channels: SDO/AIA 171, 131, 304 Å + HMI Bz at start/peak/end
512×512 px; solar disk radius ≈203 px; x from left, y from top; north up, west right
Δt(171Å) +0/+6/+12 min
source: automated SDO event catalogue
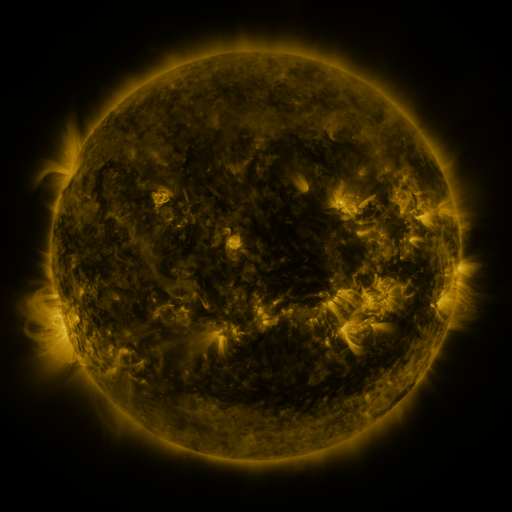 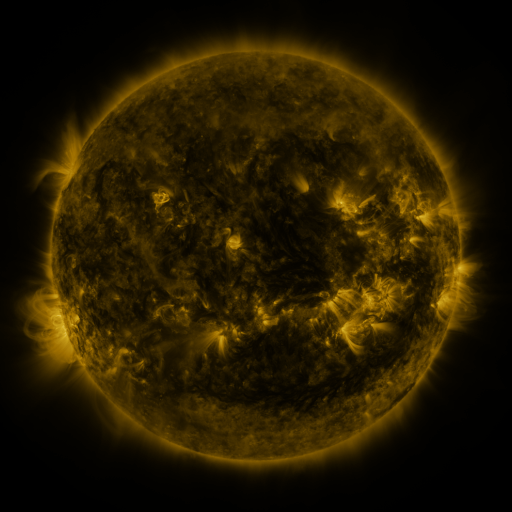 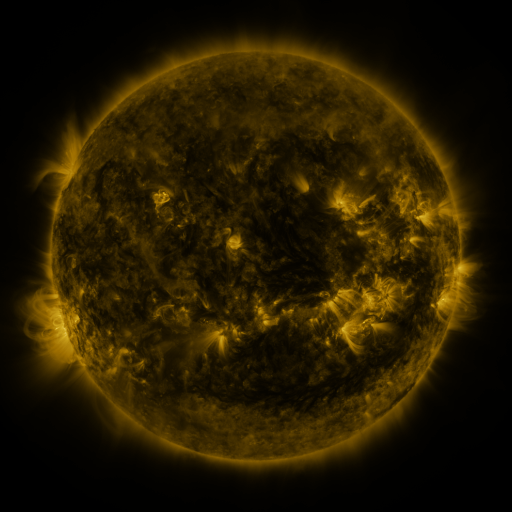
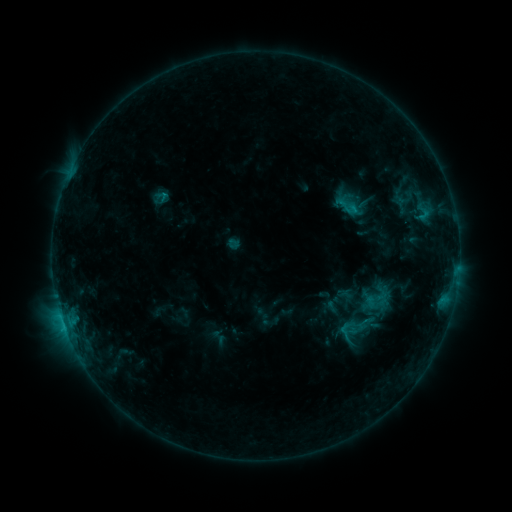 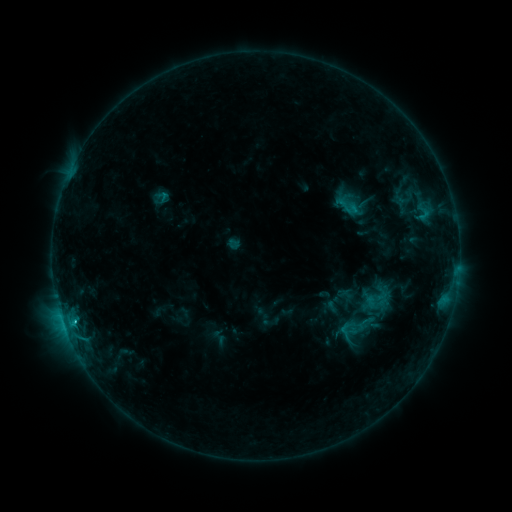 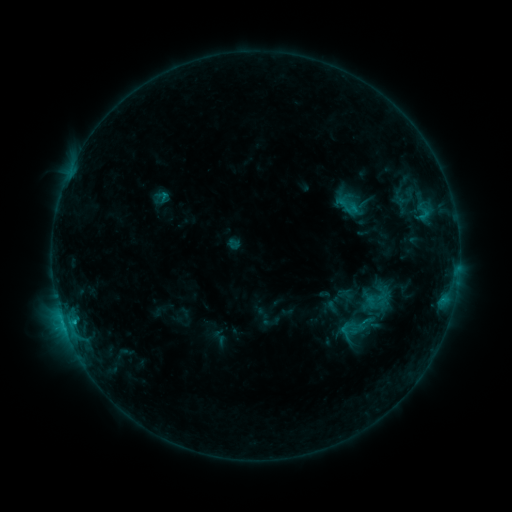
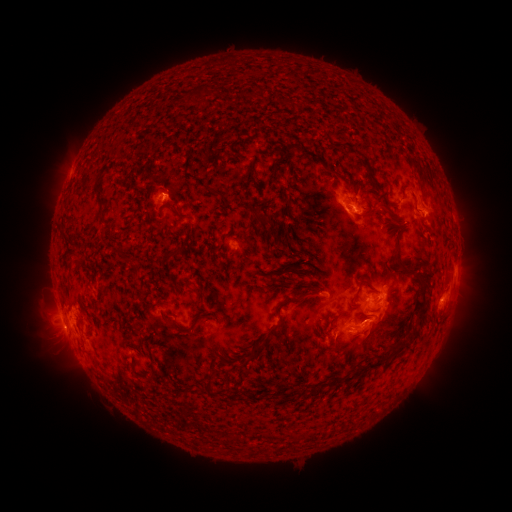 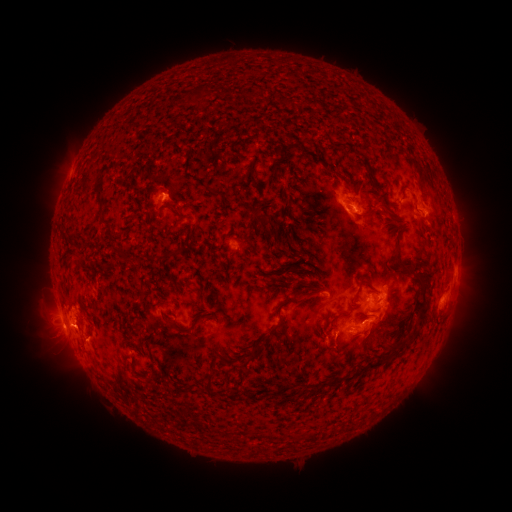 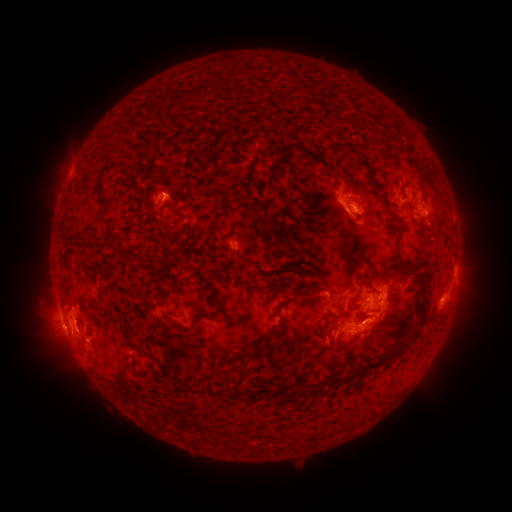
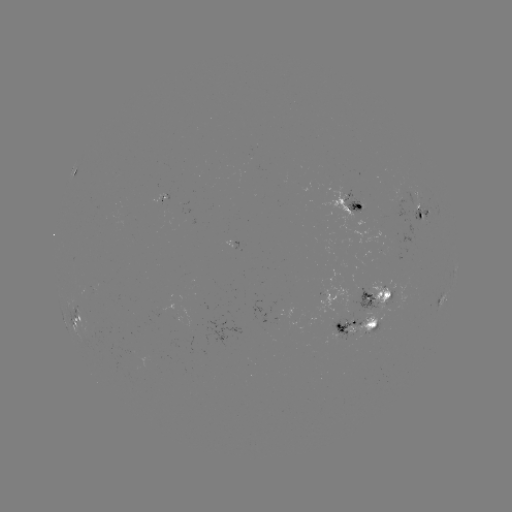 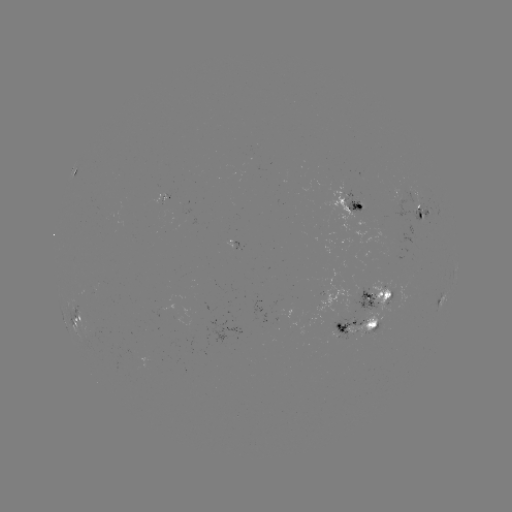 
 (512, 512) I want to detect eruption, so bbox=[20, 307, 99, 352].